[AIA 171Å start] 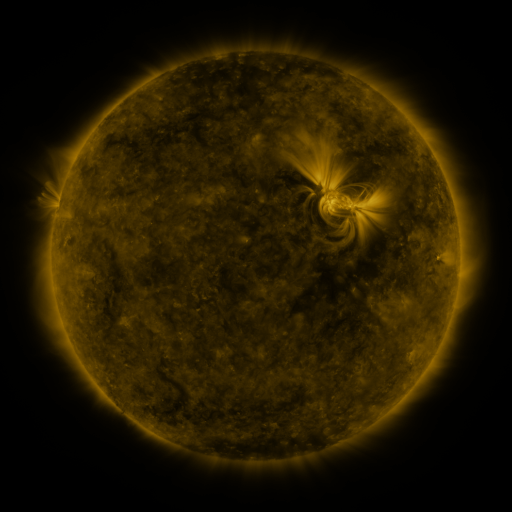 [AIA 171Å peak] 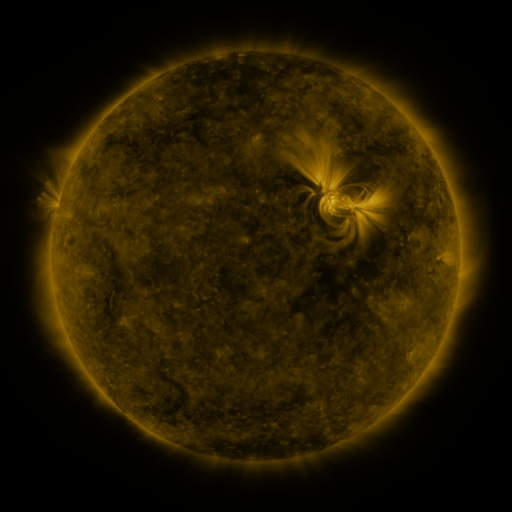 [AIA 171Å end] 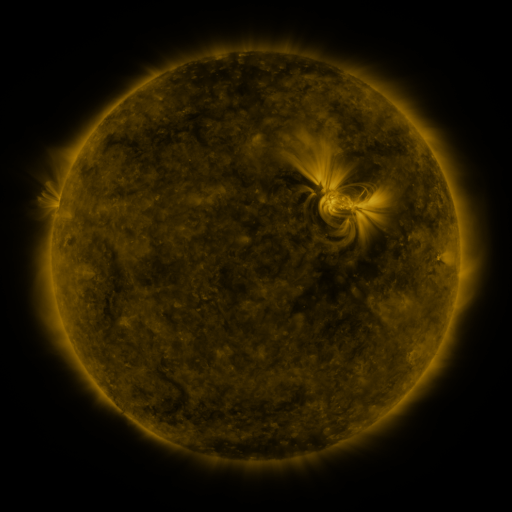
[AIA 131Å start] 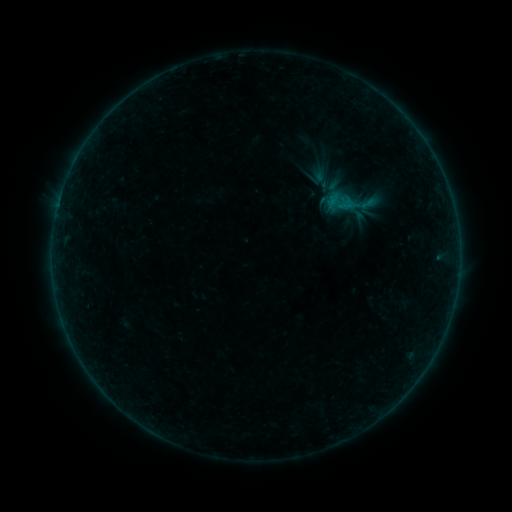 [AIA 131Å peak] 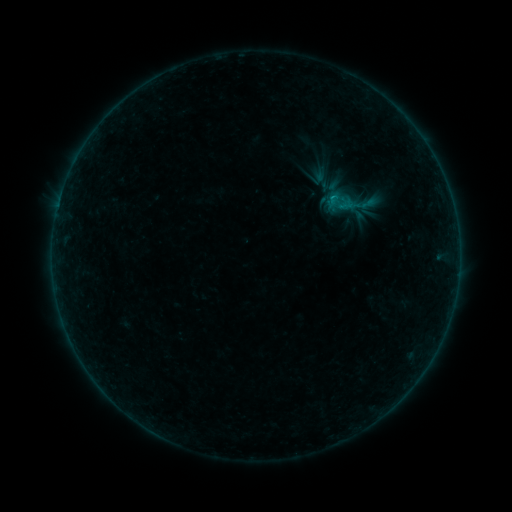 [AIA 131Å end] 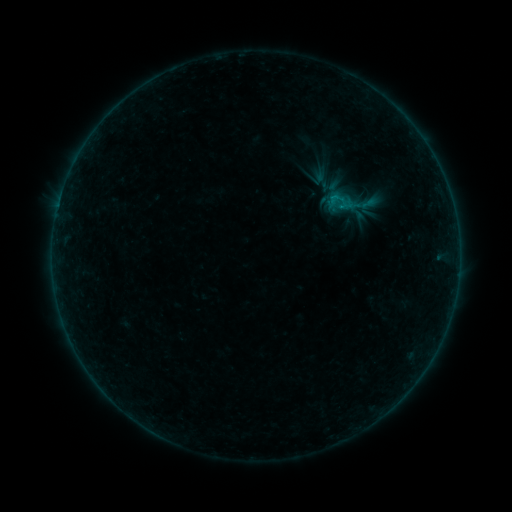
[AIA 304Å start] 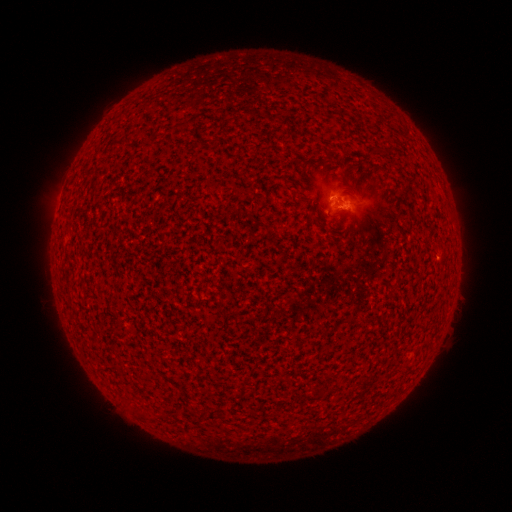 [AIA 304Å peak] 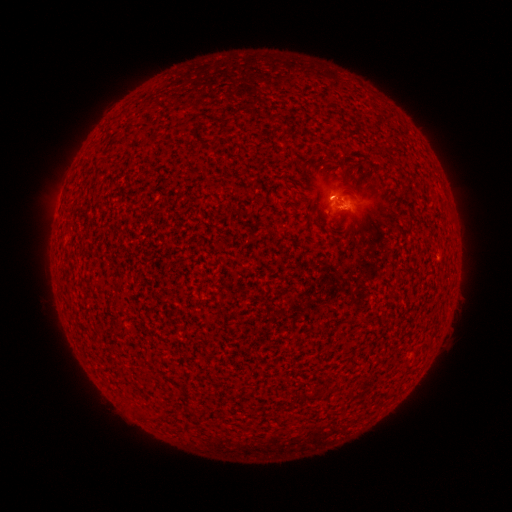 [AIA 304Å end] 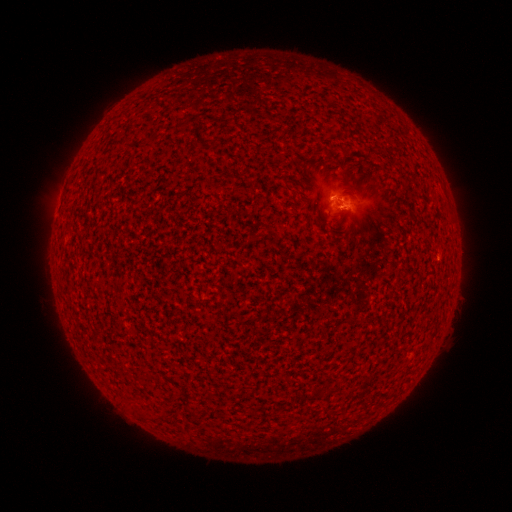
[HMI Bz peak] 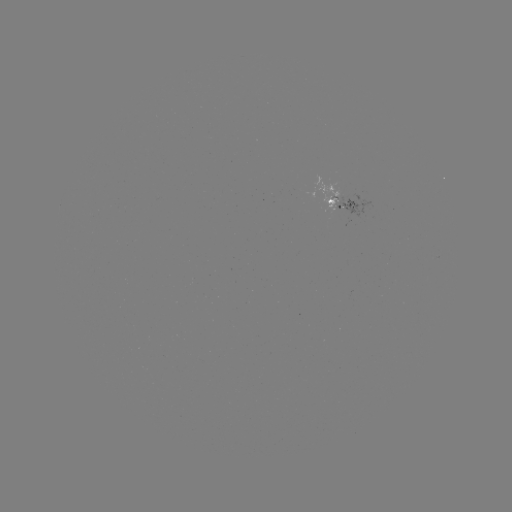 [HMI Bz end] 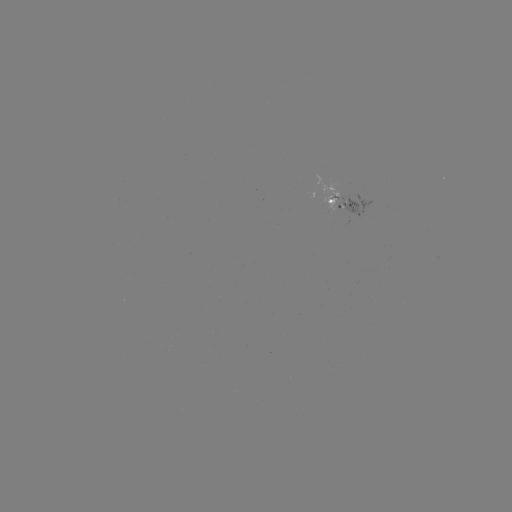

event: flare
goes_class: B2.1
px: (332, 201)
